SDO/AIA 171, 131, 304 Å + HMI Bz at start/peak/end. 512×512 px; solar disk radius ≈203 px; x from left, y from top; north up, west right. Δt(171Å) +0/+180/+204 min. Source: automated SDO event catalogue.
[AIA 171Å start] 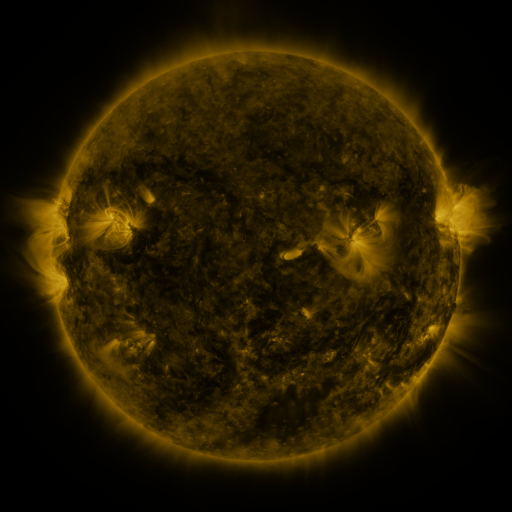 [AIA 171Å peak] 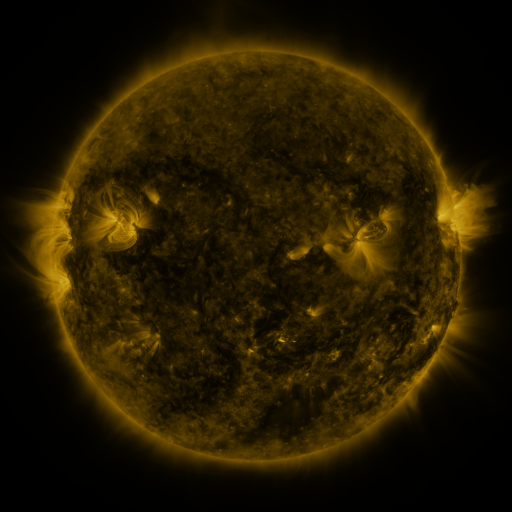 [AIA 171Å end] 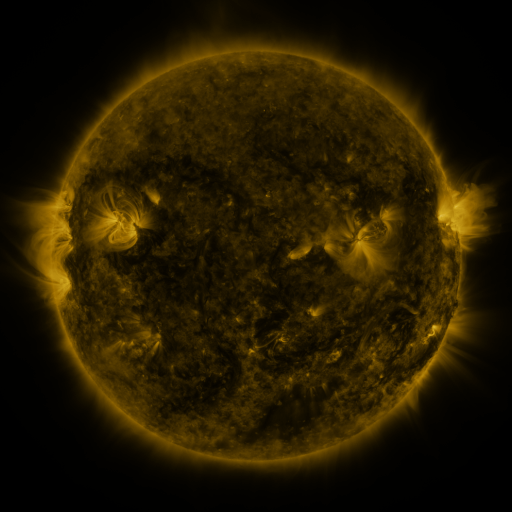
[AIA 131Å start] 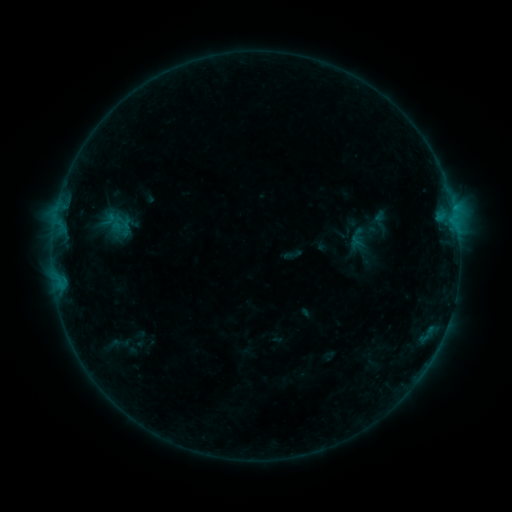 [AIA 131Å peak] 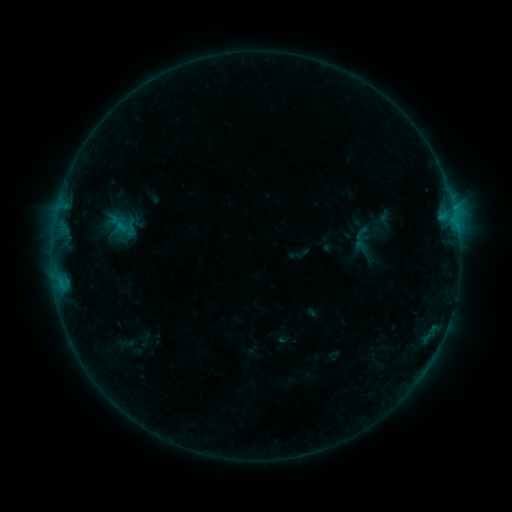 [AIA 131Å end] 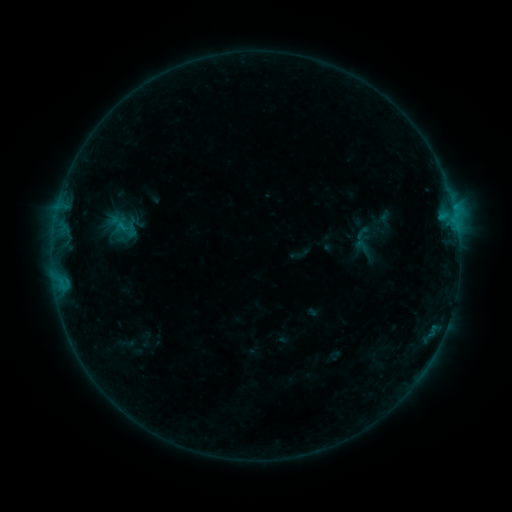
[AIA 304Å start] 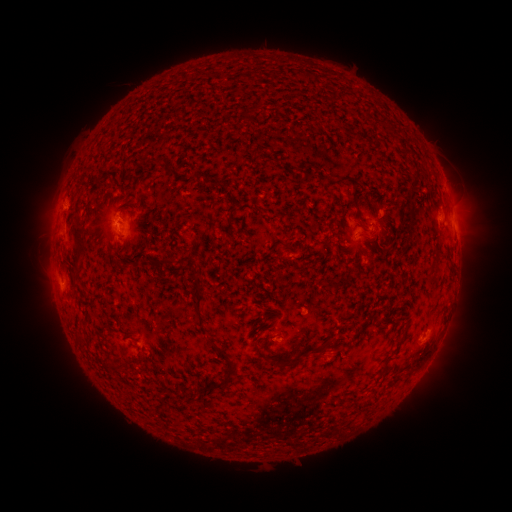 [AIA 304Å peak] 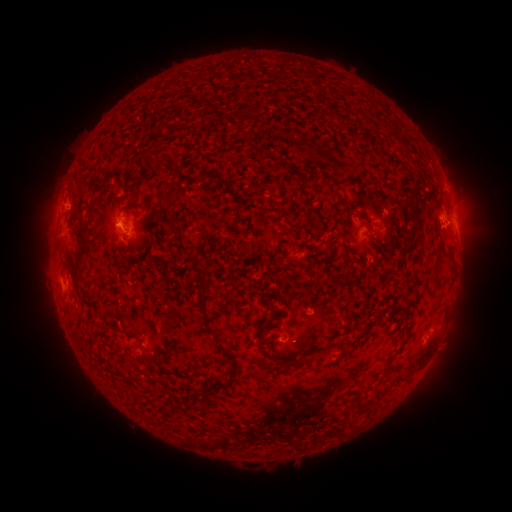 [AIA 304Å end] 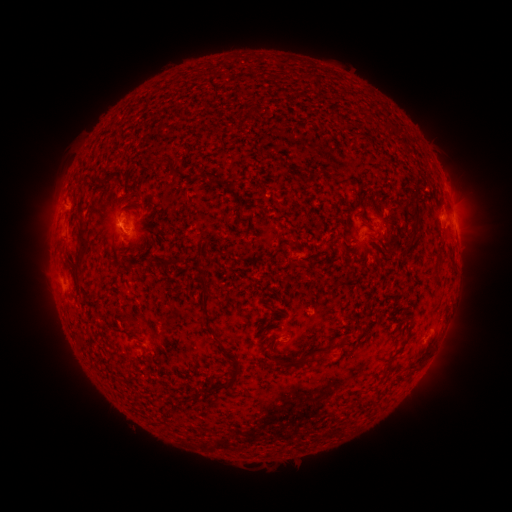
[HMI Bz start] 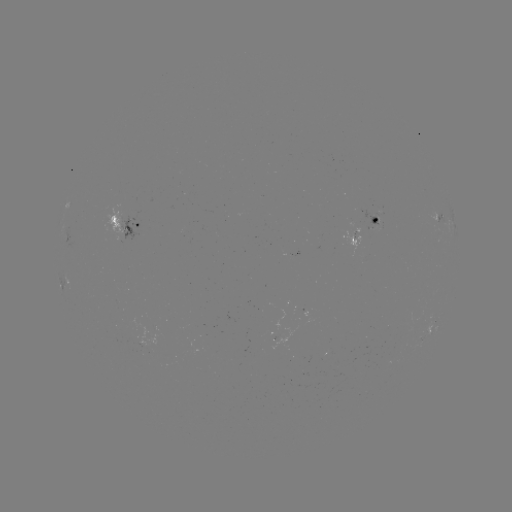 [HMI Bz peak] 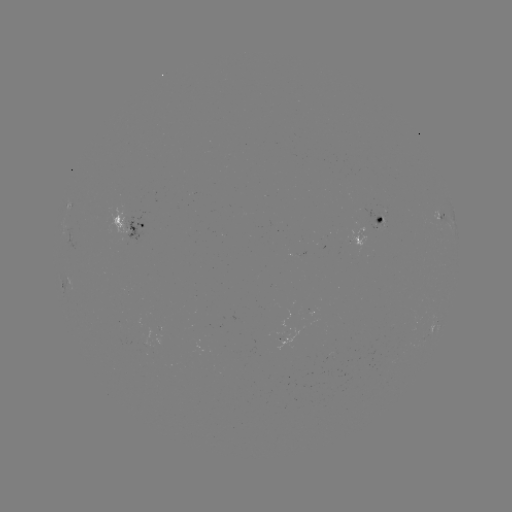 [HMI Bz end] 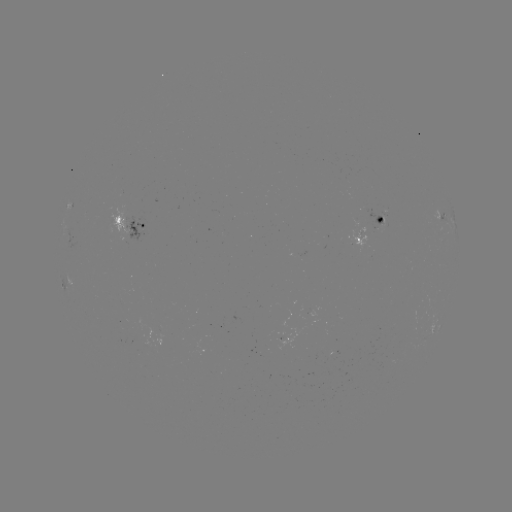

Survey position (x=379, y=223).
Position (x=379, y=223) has emerging-flux region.